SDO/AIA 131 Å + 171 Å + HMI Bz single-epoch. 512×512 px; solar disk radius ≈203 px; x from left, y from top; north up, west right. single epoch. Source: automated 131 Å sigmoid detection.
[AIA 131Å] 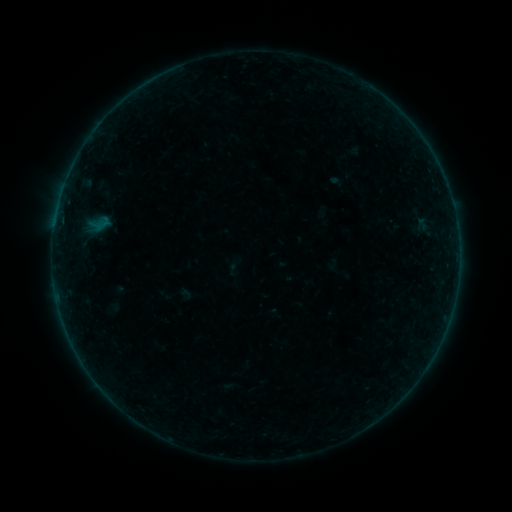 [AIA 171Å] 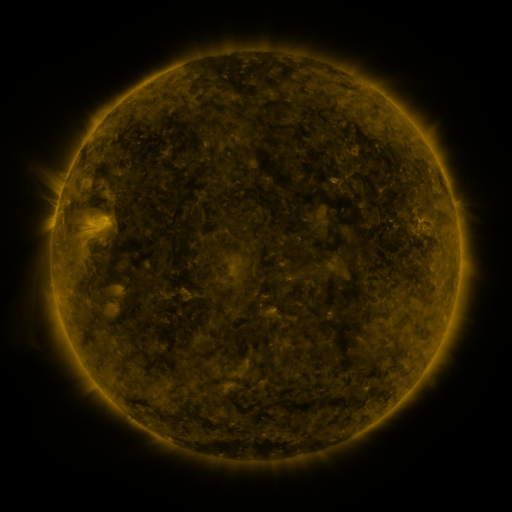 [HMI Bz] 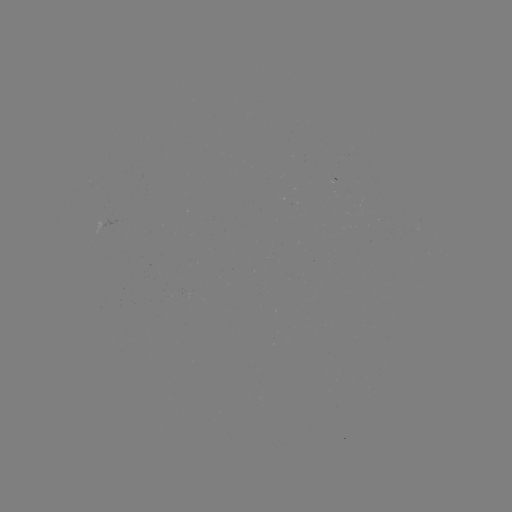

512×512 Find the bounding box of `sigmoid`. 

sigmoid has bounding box [93, 215, 111, 233].